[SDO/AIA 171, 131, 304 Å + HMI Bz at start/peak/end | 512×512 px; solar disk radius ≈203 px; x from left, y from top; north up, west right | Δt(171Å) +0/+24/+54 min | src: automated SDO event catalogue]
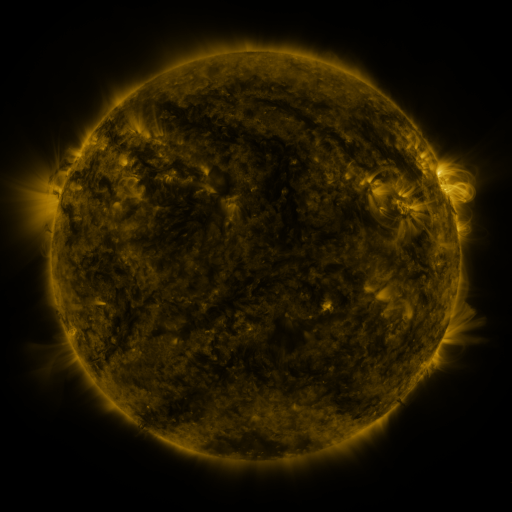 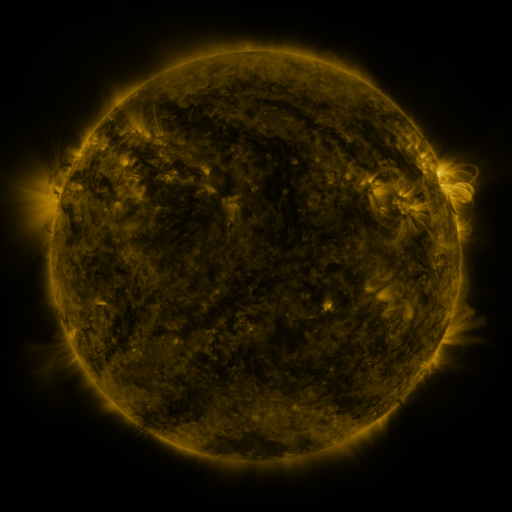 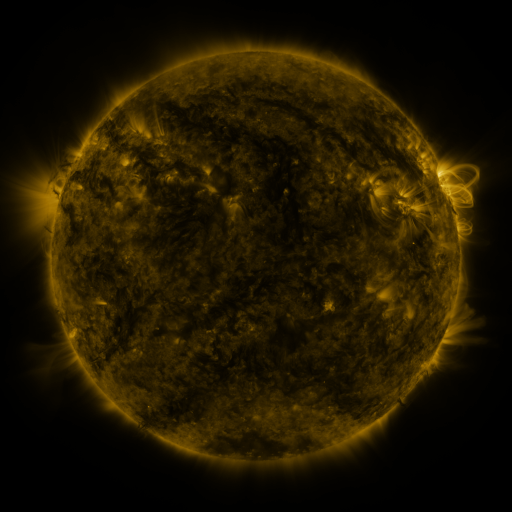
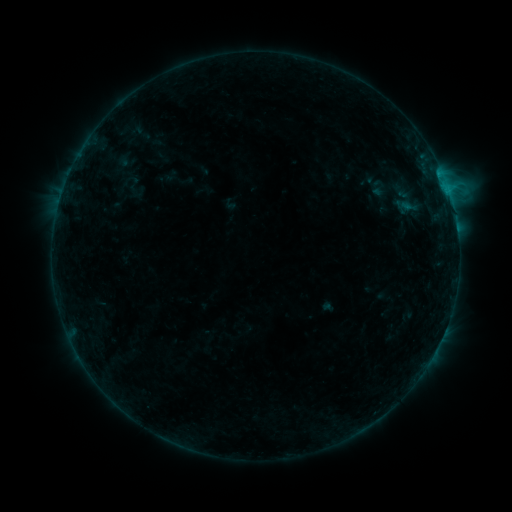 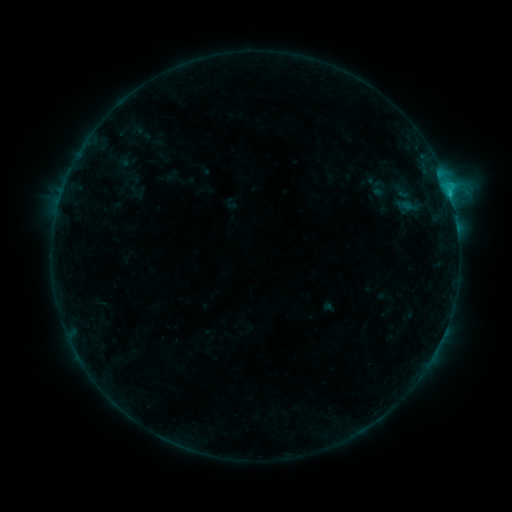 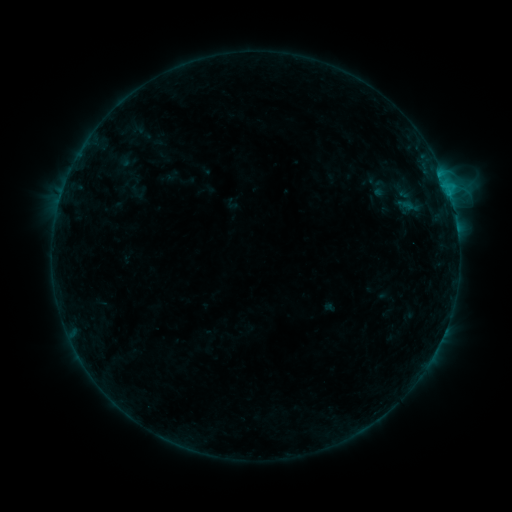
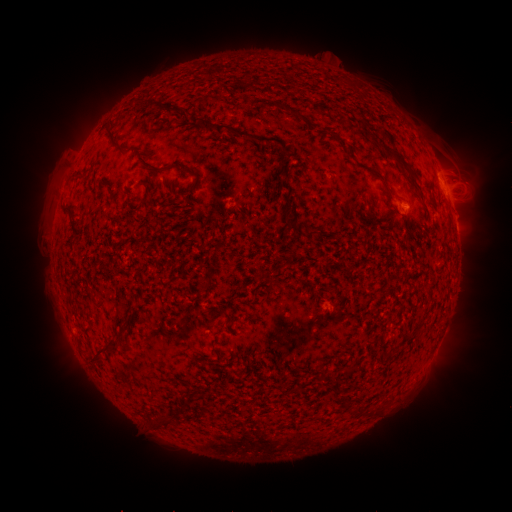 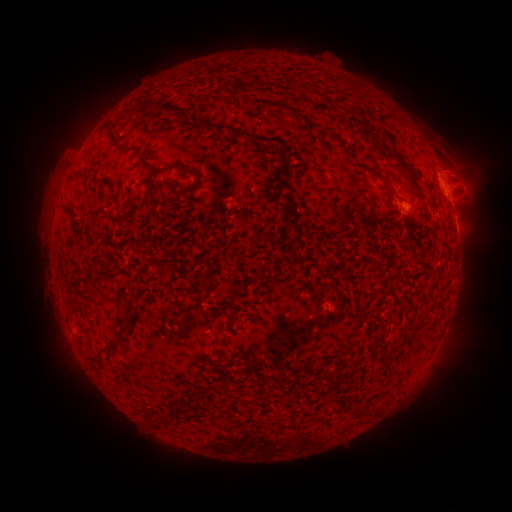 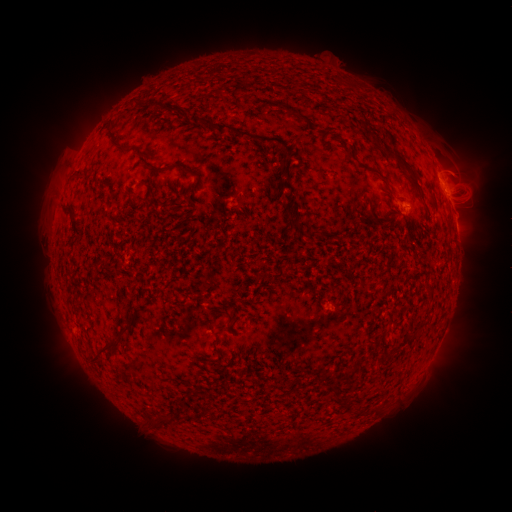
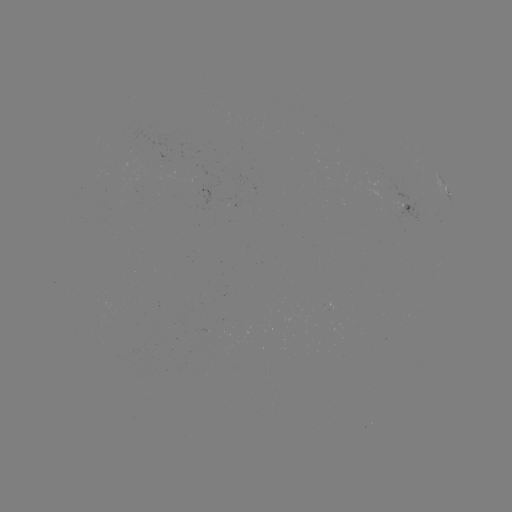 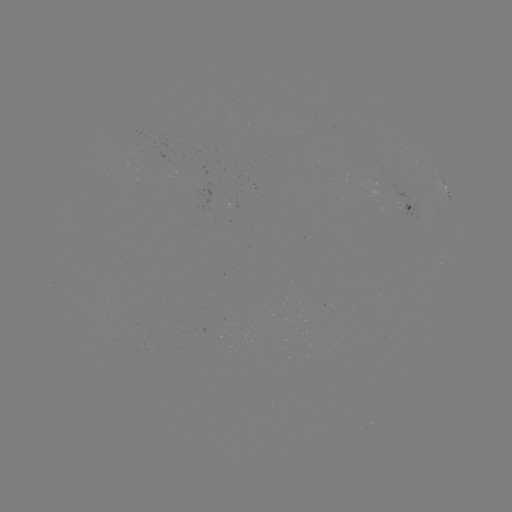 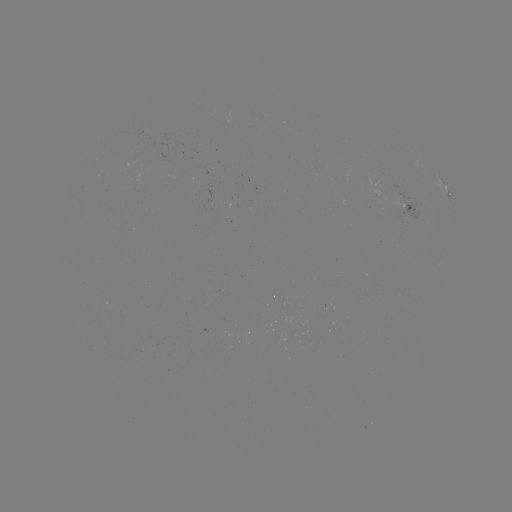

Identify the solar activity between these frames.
C1.5 flare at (450, 195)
